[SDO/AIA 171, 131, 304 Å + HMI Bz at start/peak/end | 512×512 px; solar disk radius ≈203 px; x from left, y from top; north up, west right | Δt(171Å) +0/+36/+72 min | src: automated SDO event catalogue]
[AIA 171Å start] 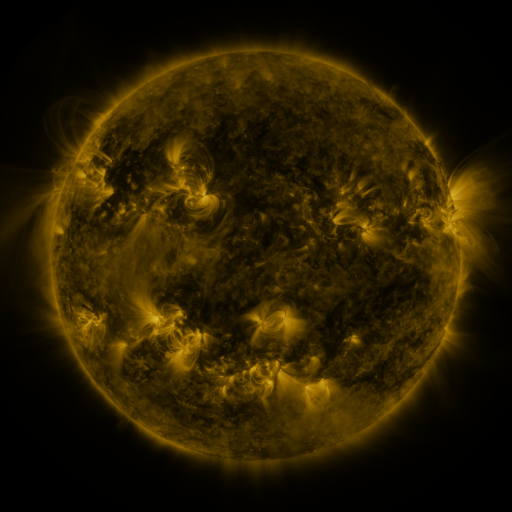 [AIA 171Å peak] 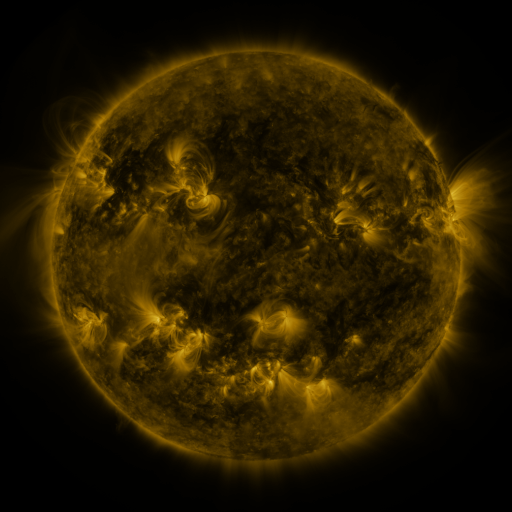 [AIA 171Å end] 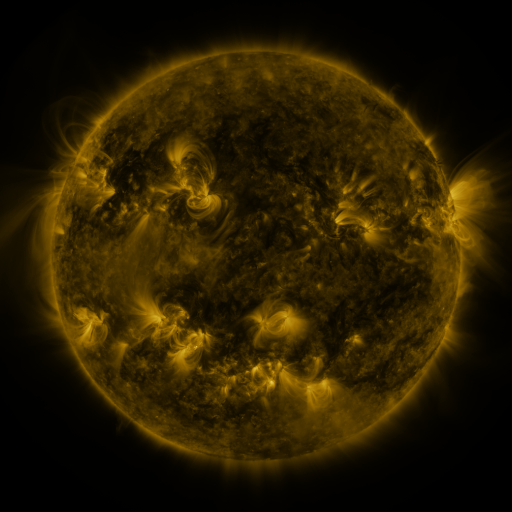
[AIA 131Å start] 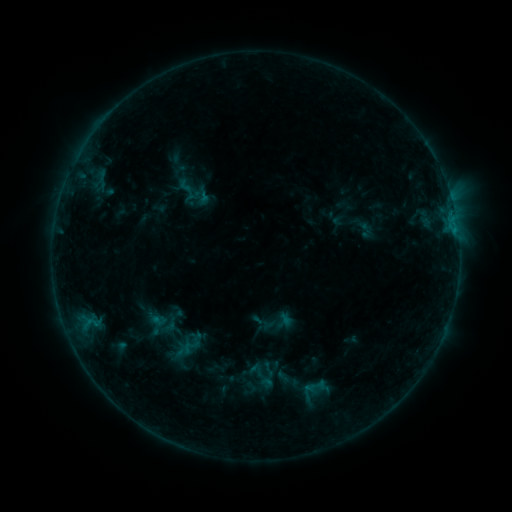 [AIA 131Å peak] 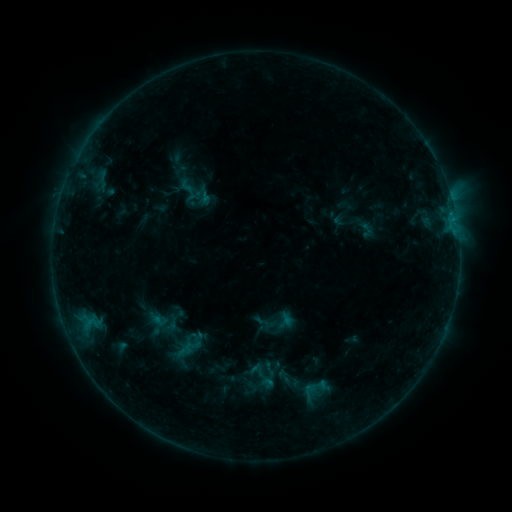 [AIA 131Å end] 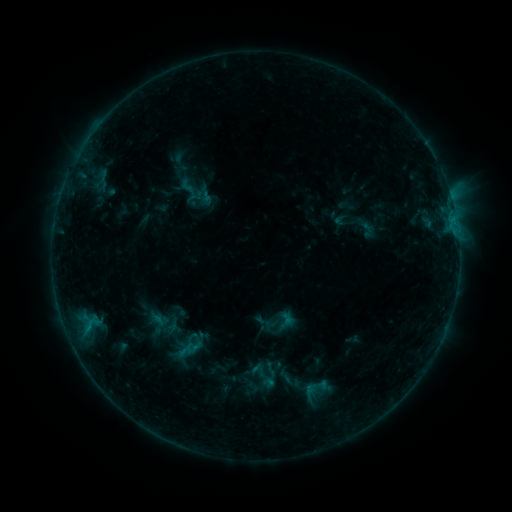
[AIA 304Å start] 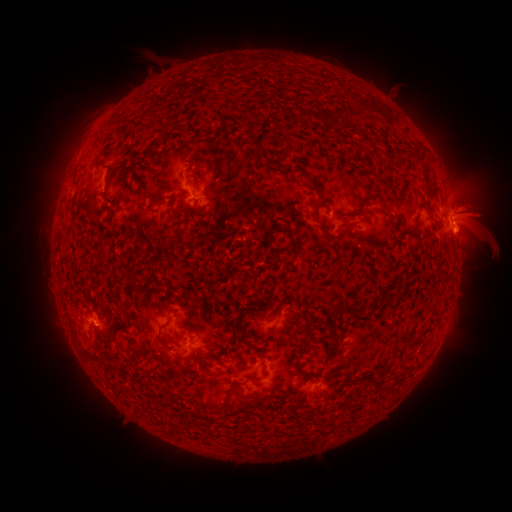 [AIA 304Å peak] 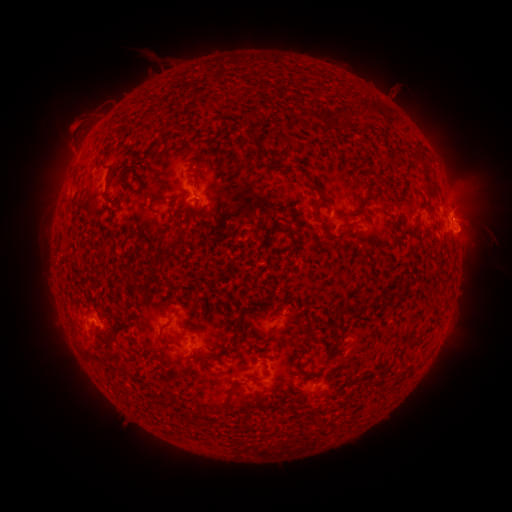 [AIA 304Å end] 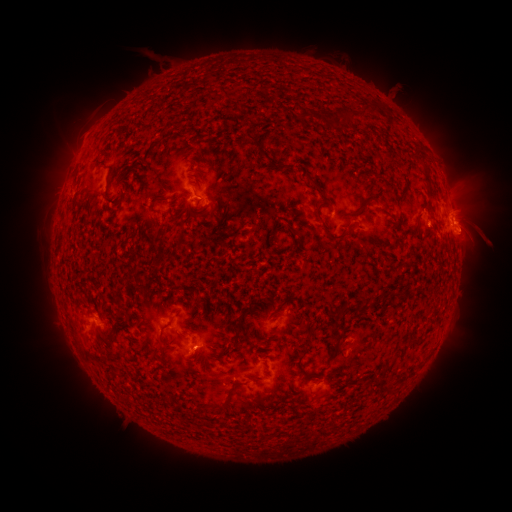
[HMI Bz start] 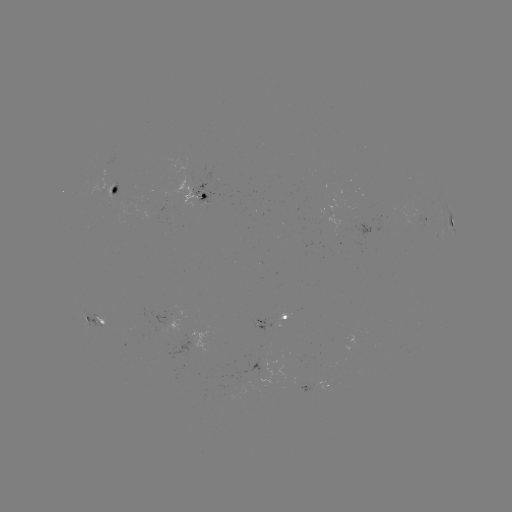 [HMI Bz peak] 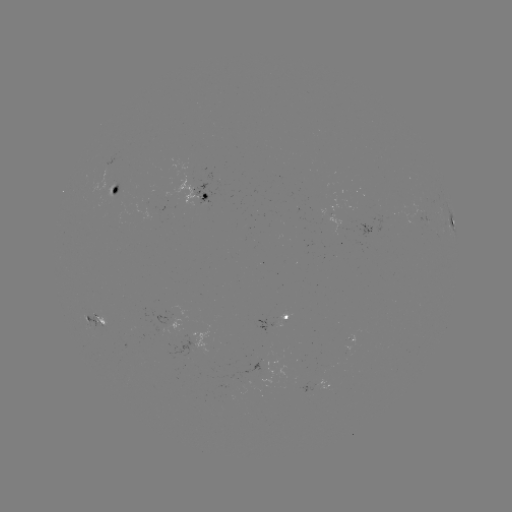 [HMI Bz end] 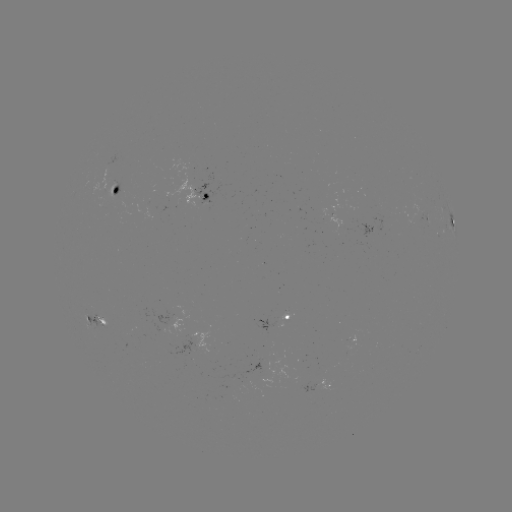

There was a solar eruption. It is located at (88, 123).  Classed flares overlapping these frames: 2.